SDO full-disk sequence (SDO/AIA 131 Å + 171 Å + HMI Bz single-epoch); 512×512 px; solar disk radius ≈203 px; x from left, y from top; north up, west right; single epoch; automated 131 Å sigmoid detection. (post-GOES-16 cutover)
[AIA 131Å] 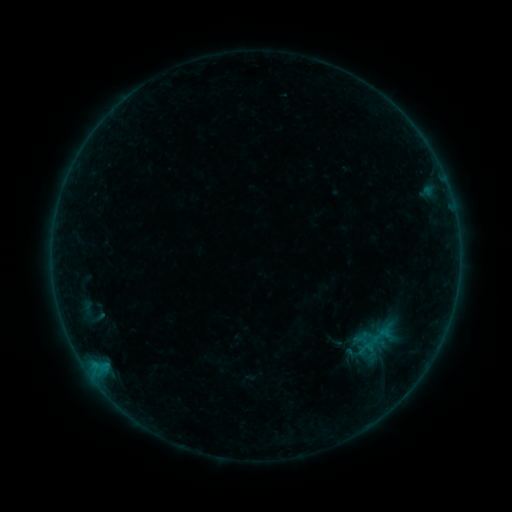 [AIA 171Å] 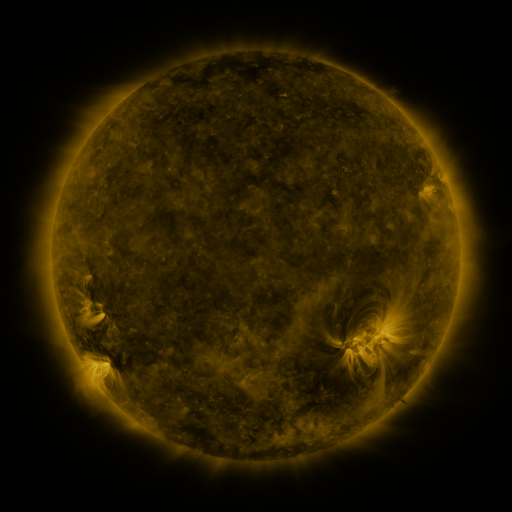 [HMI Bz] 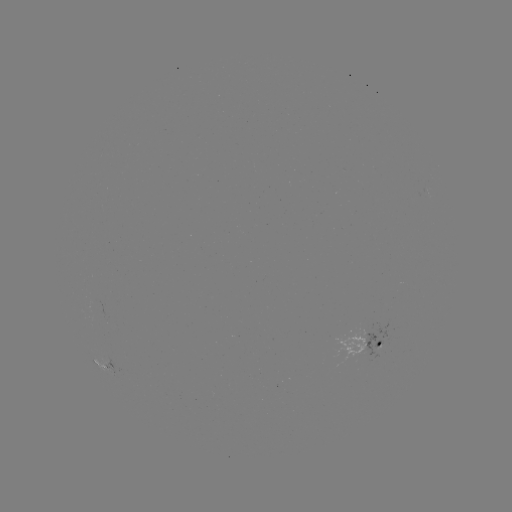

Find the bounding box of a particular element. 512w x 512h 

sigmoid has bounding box [369, 324, 392, 346].